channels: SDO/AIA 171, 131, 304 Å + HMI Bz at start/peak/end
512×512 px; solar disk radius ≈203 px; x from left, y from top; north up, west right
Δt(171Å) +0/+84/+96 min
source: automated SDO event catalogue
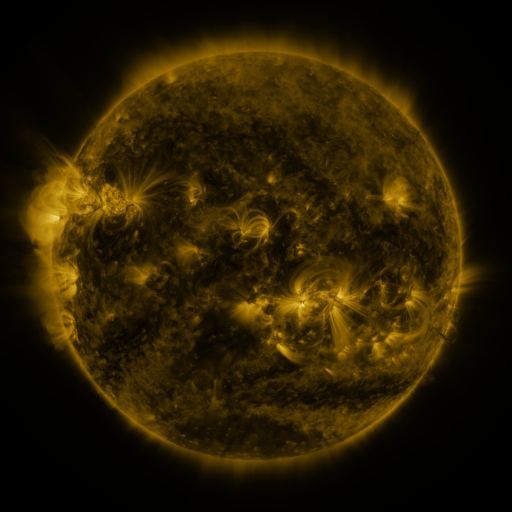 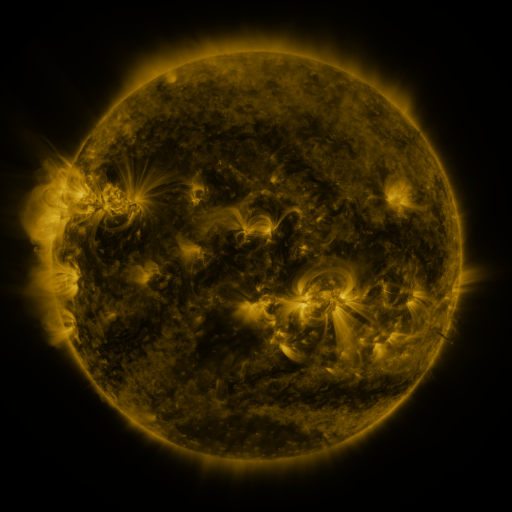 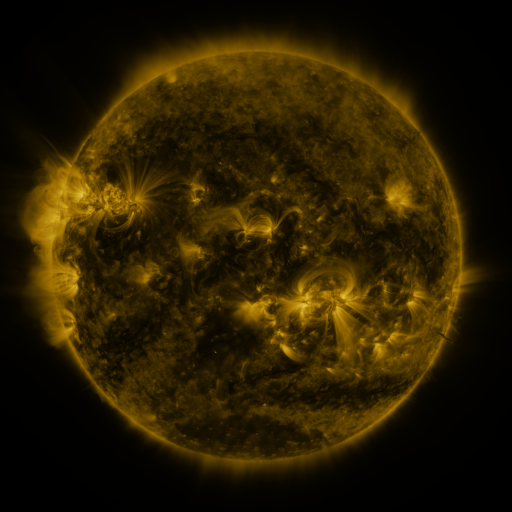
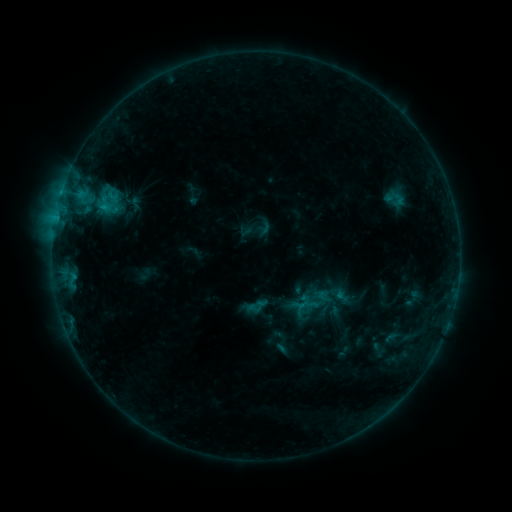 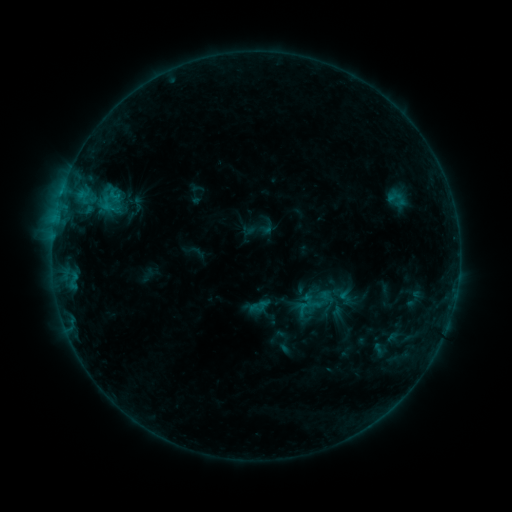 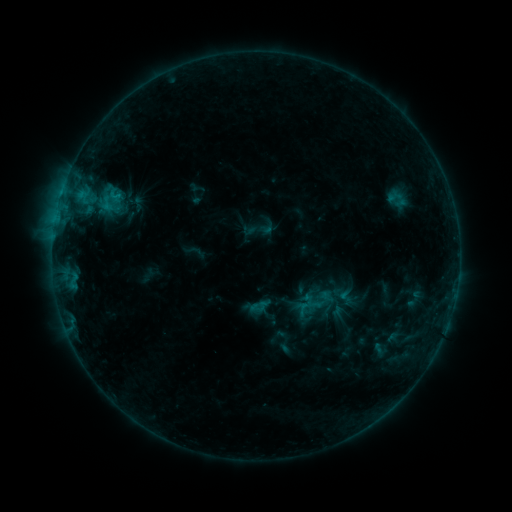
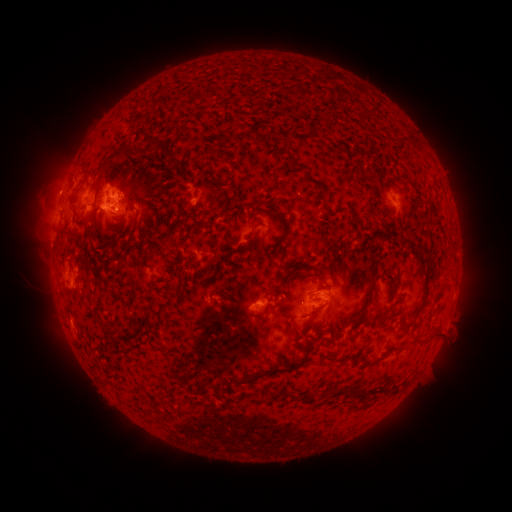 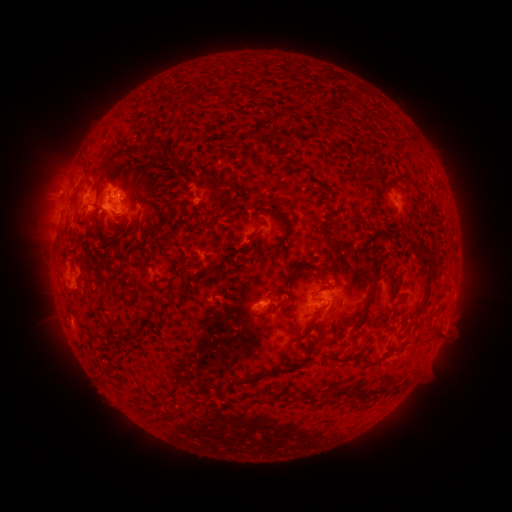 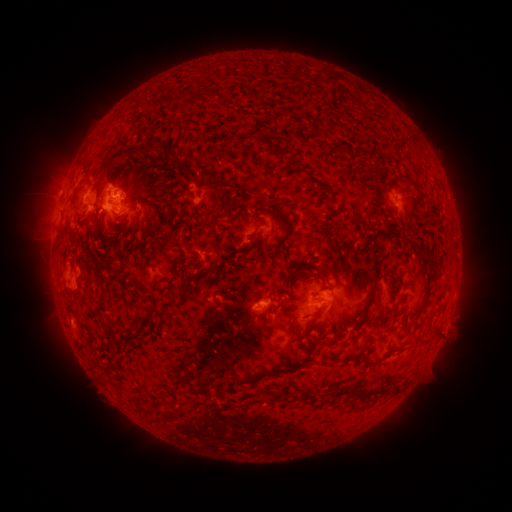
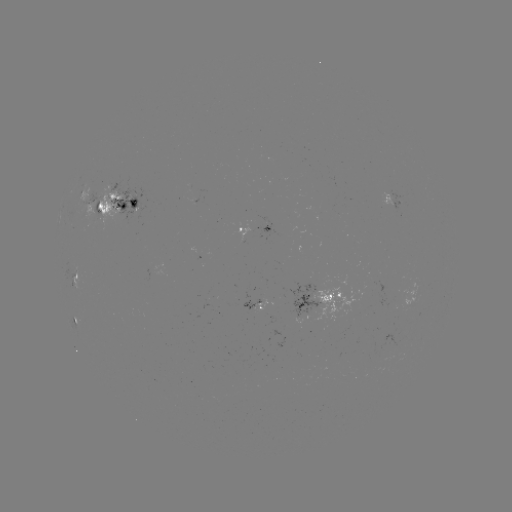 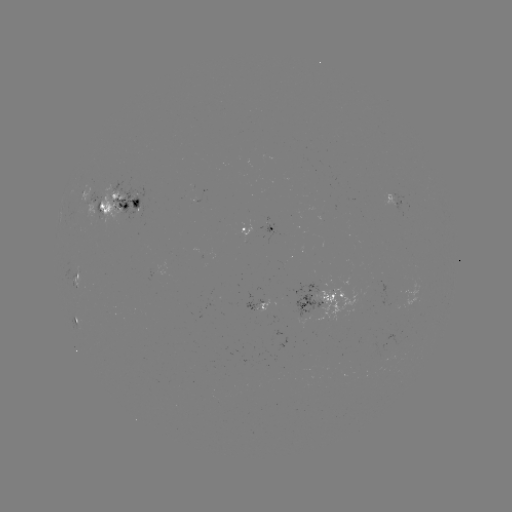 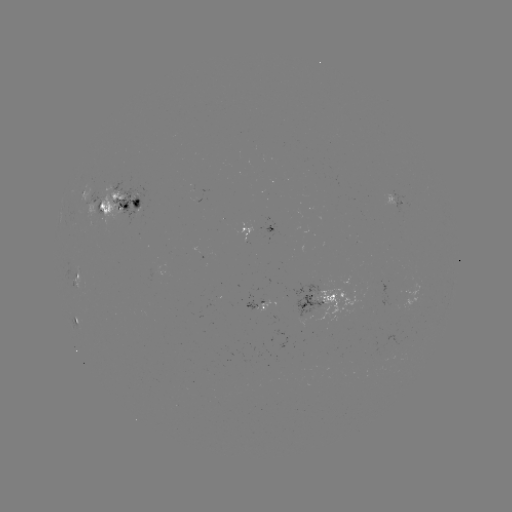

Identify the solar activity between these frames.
emerging-flux region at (316, 292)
